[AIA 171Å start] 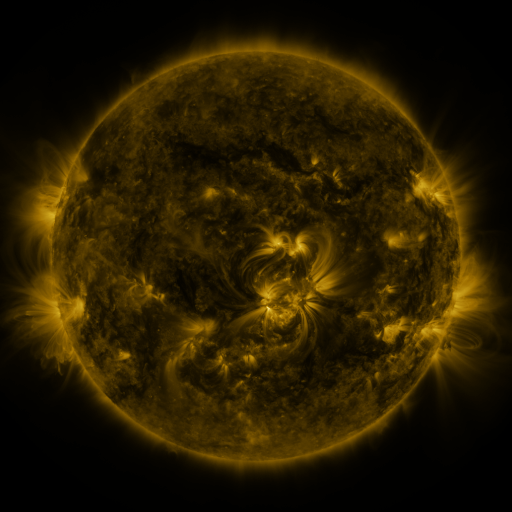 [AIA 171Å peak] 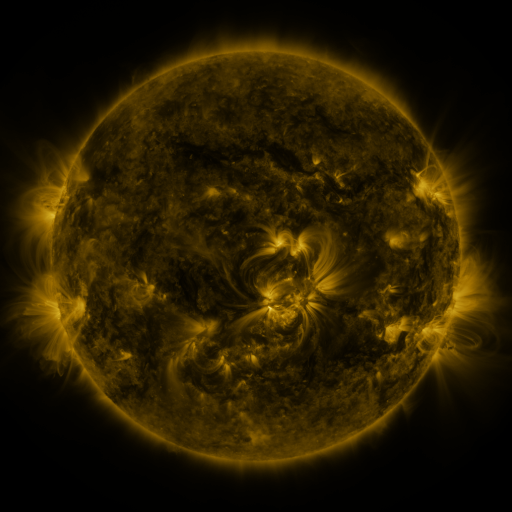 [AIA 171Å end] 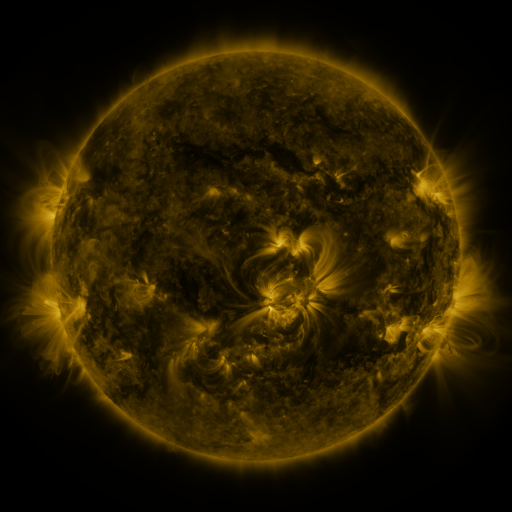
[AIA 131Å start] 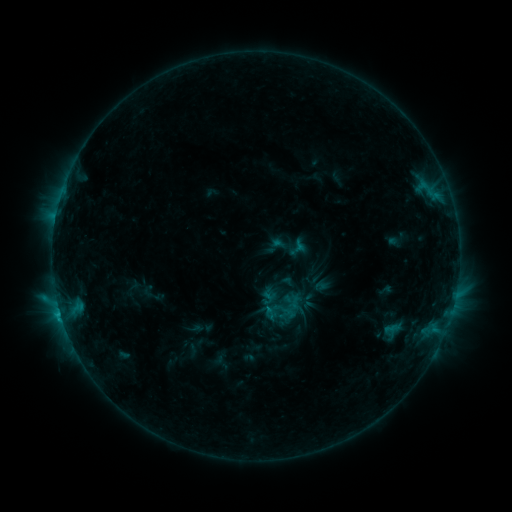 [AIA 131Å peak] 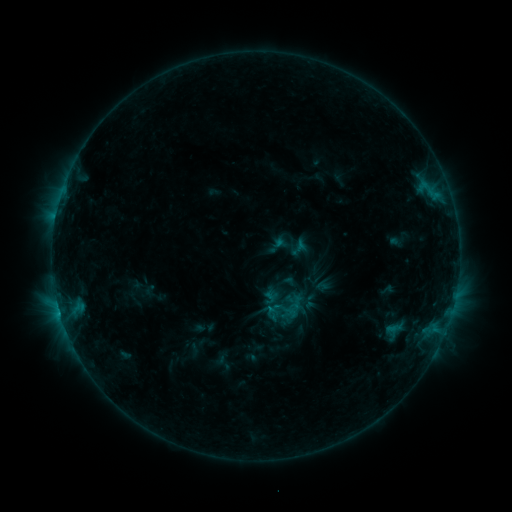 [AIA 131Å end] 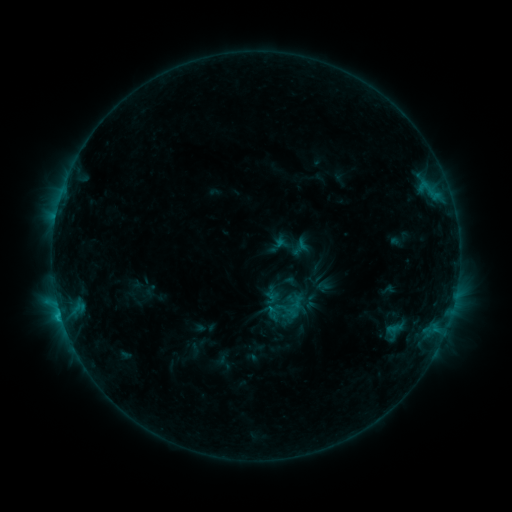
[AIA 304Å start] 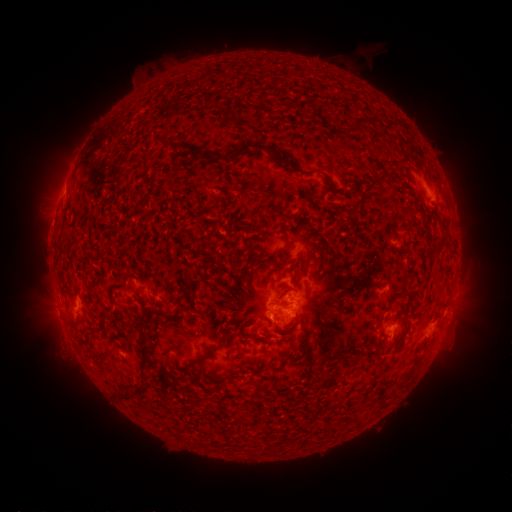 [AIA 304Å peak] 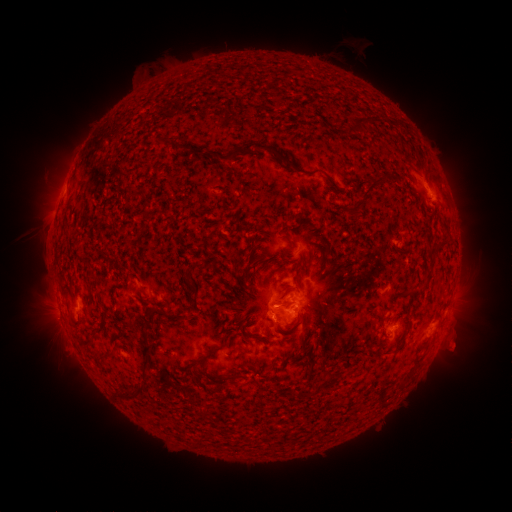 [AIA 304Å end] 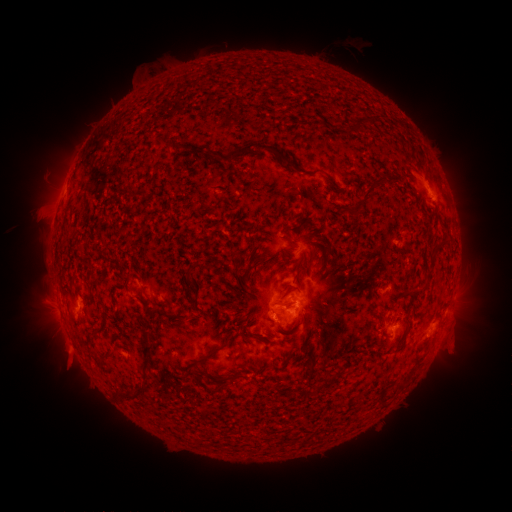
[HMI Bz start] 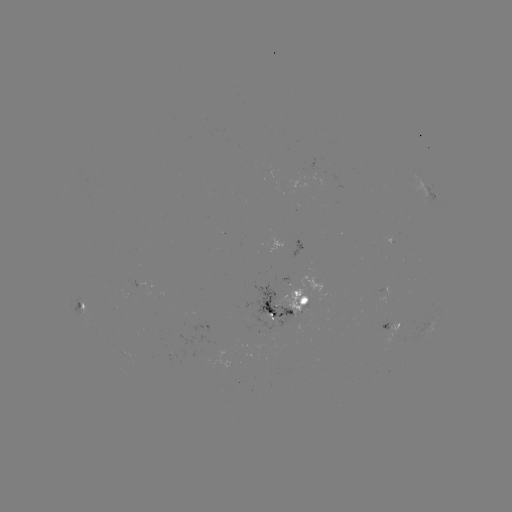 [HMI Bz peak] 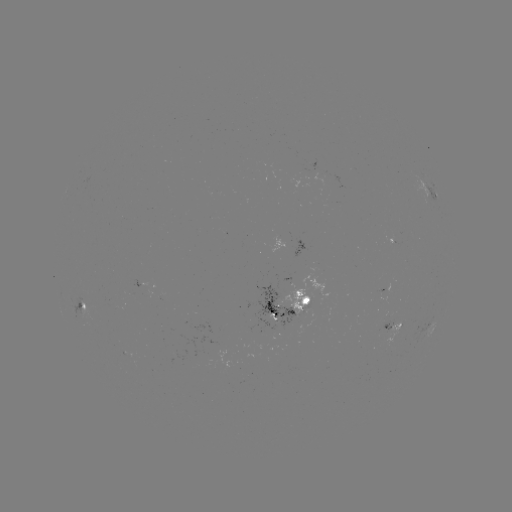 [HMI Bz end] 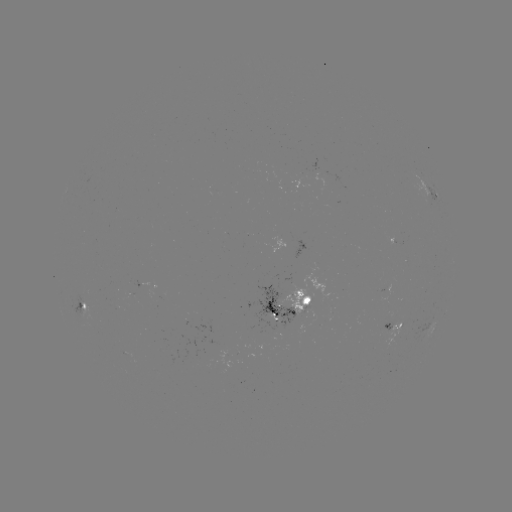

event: emerging-flux region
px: (303, 175)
